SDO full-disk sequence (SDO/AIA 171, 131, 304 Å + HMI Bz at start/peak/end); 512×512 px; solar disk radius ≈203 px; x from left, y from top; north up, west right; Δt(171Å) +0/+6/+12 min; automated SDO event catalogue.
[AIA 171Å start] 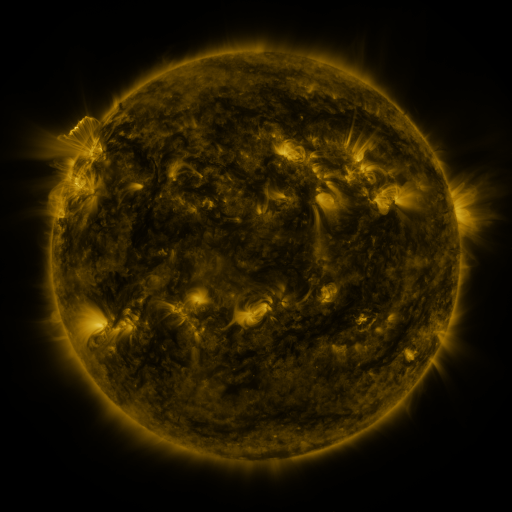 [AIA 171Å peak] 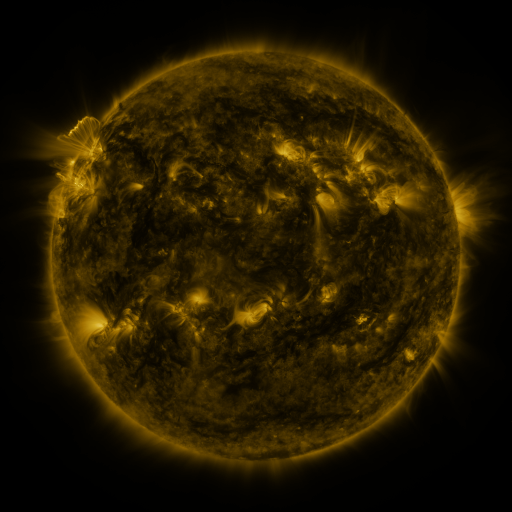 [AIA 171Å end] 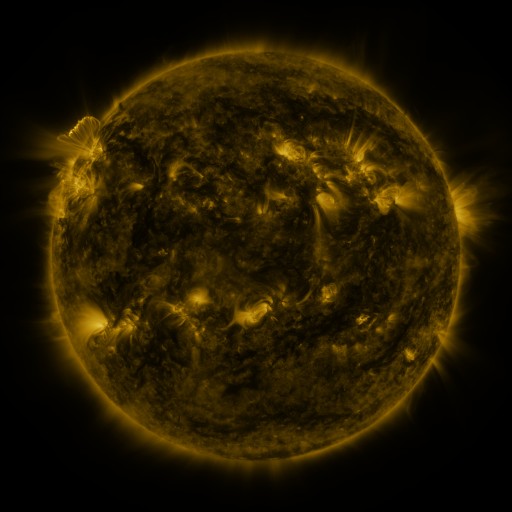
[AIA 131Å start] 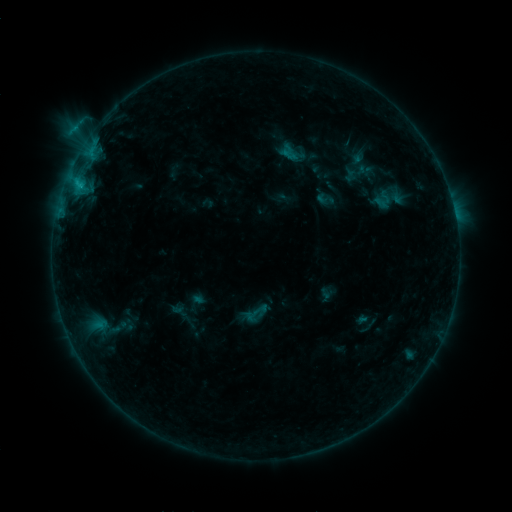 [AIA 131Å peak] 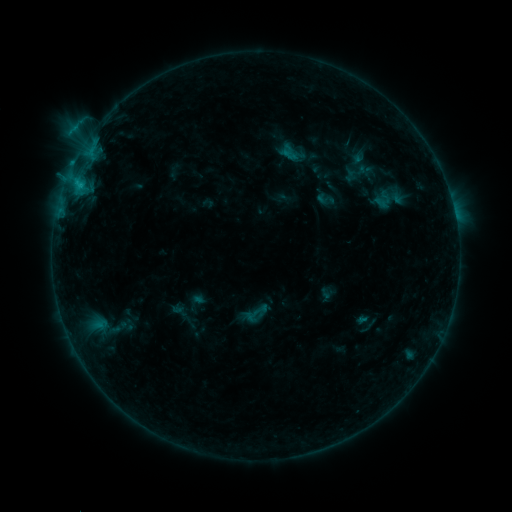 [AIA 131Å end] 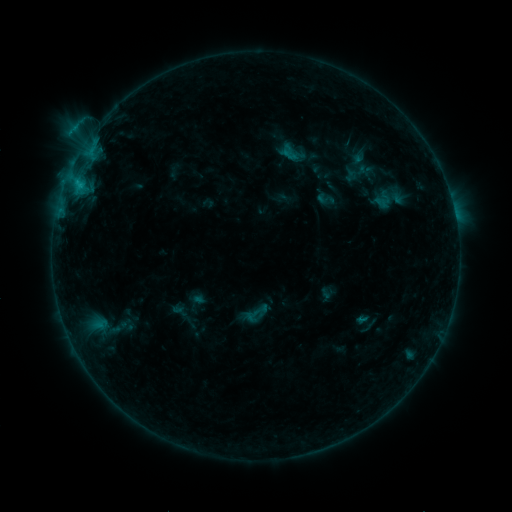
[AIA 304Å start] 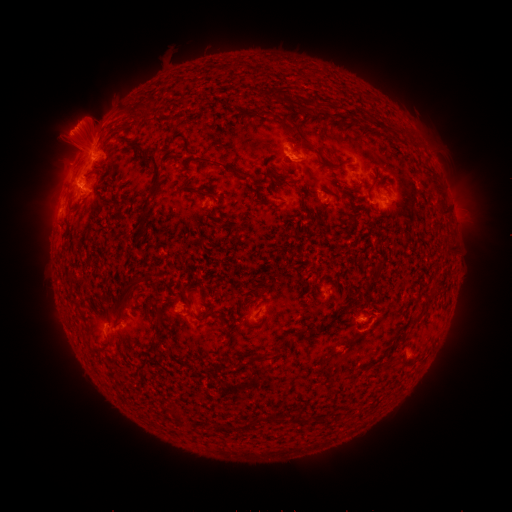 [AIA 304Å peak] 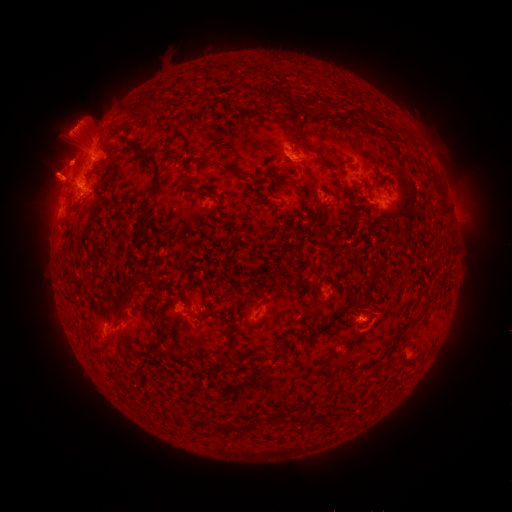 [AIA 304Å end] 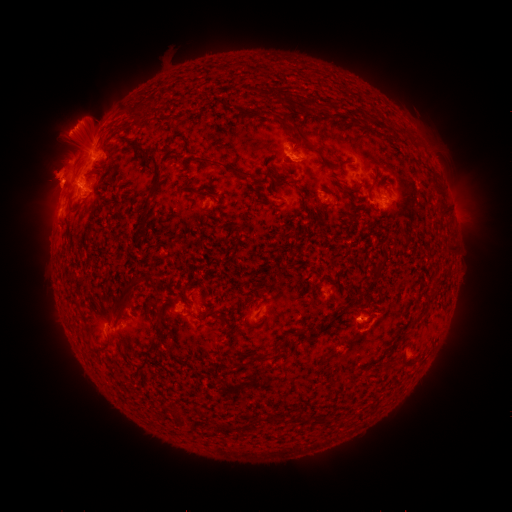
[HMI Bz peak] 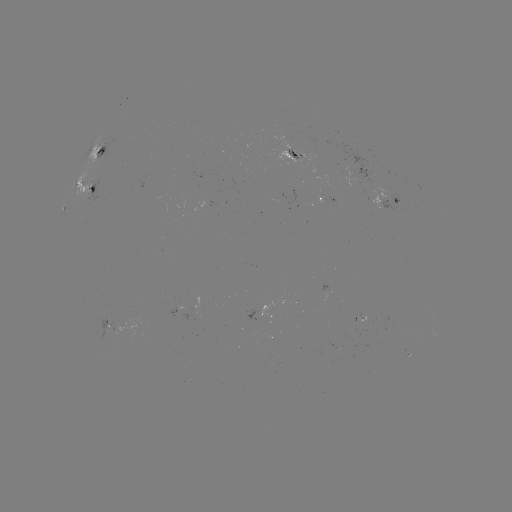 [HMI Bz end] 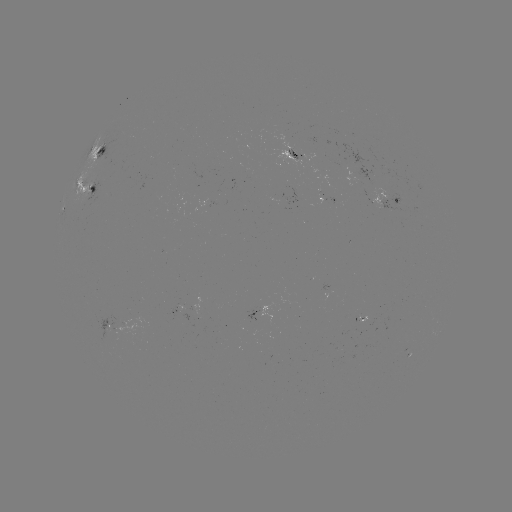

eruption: [22, 126, 98, 214]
